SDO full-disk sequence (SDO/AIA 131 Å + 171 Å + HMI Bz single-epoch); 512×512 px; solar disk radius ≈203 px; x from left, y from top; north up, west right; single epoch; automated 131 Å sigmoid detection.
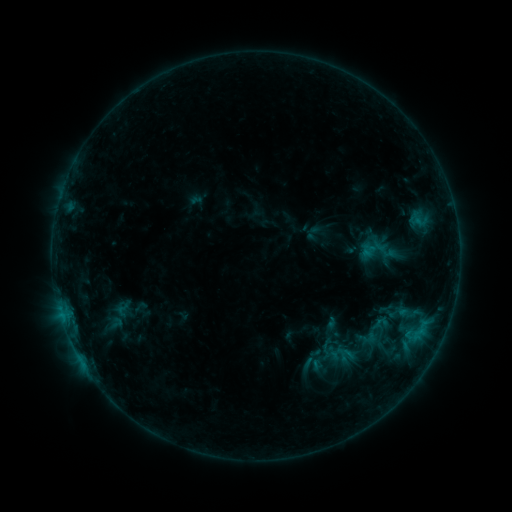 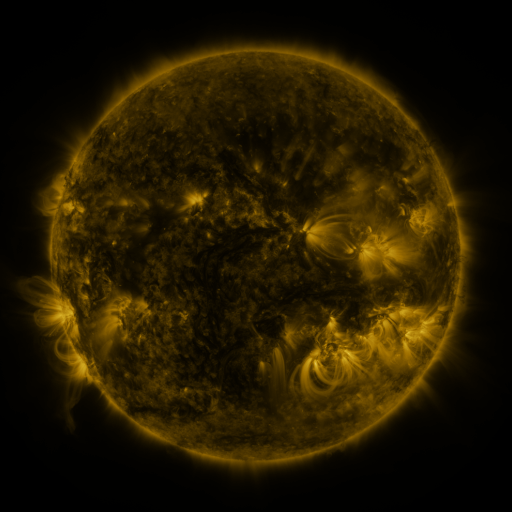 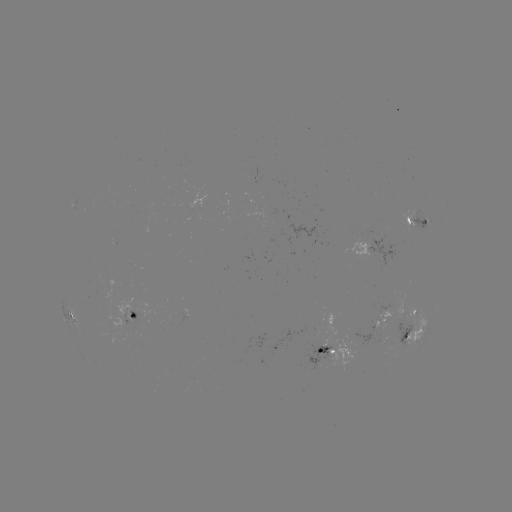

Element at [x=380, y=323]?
sigmoid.